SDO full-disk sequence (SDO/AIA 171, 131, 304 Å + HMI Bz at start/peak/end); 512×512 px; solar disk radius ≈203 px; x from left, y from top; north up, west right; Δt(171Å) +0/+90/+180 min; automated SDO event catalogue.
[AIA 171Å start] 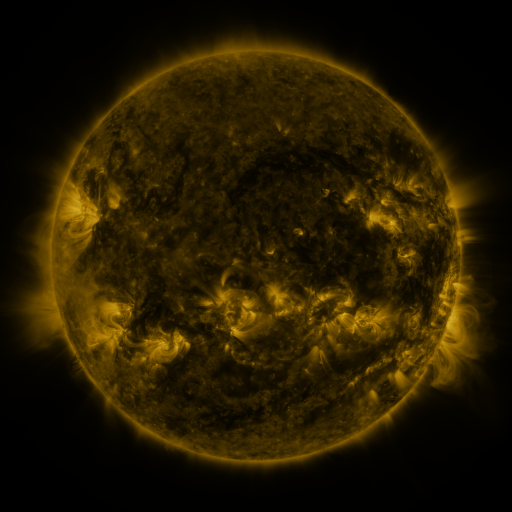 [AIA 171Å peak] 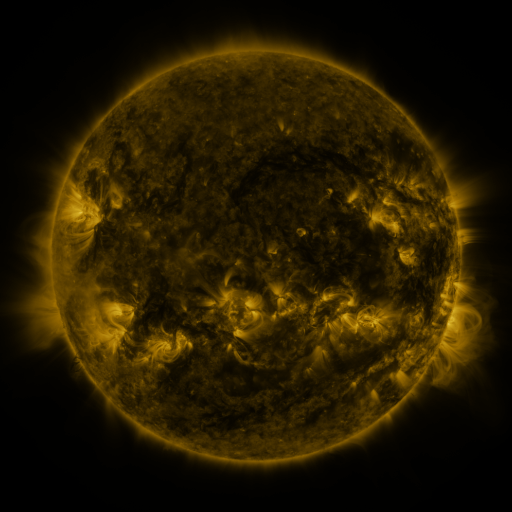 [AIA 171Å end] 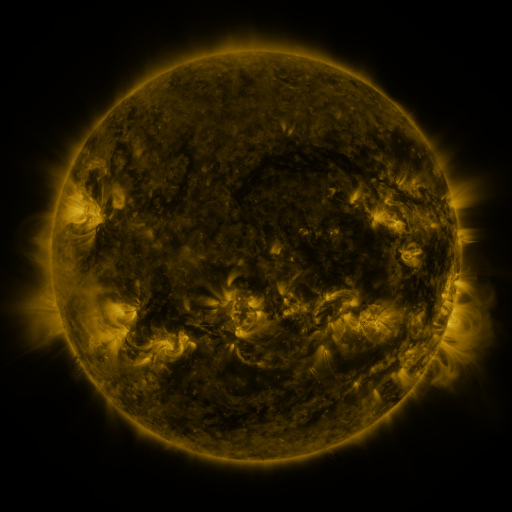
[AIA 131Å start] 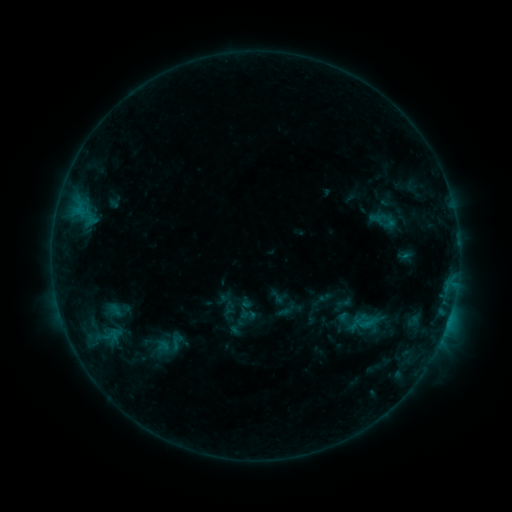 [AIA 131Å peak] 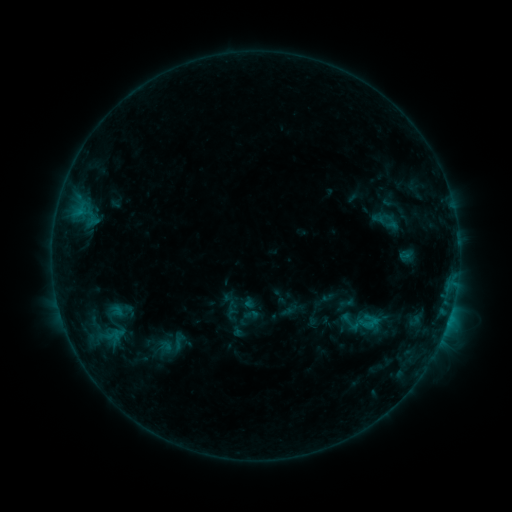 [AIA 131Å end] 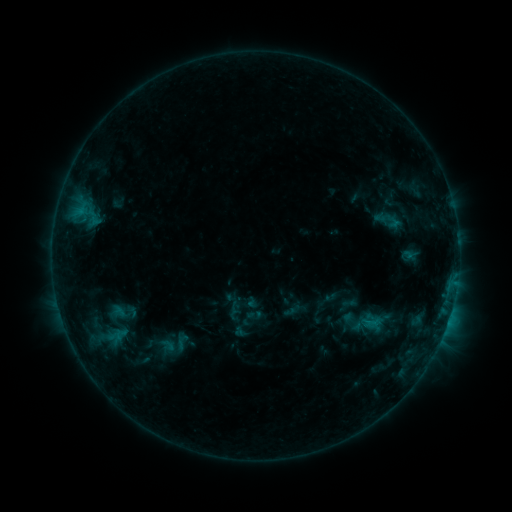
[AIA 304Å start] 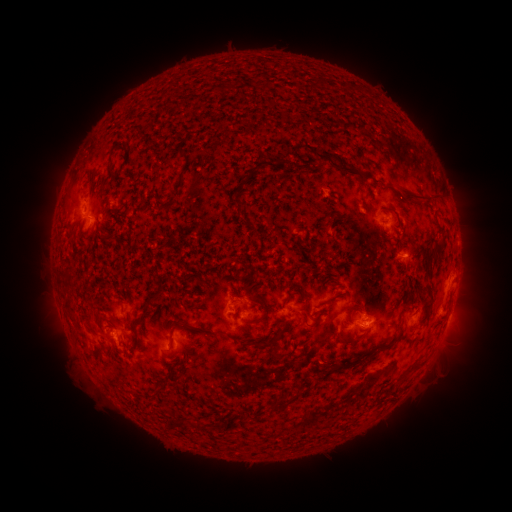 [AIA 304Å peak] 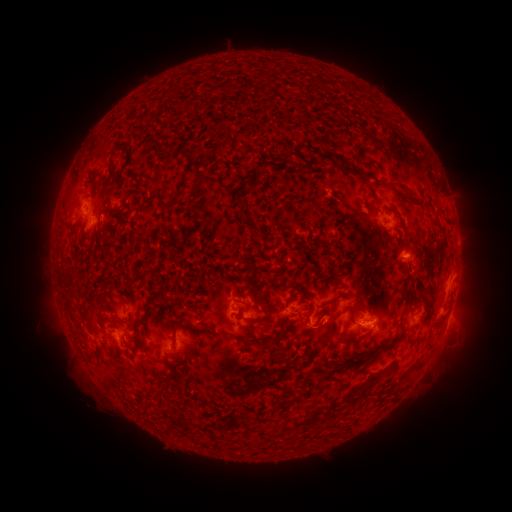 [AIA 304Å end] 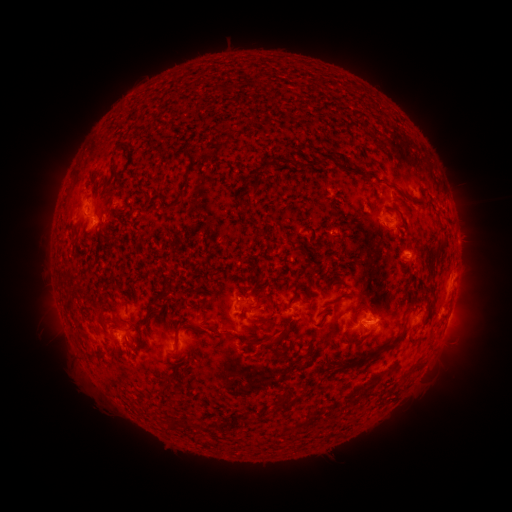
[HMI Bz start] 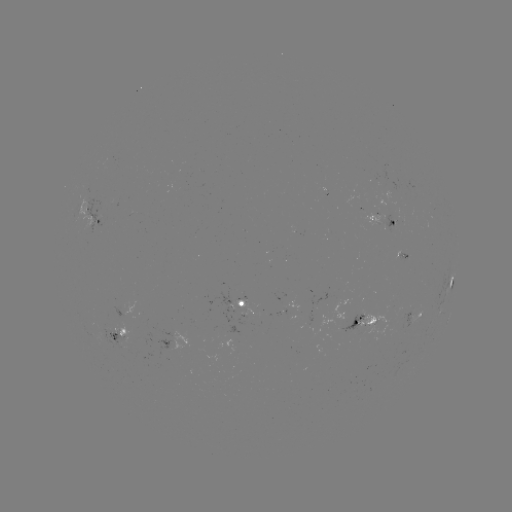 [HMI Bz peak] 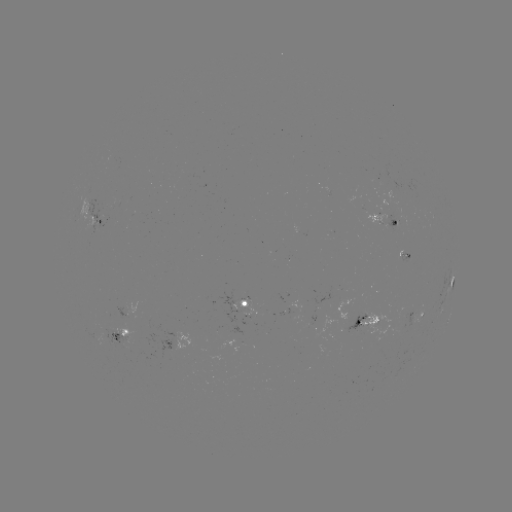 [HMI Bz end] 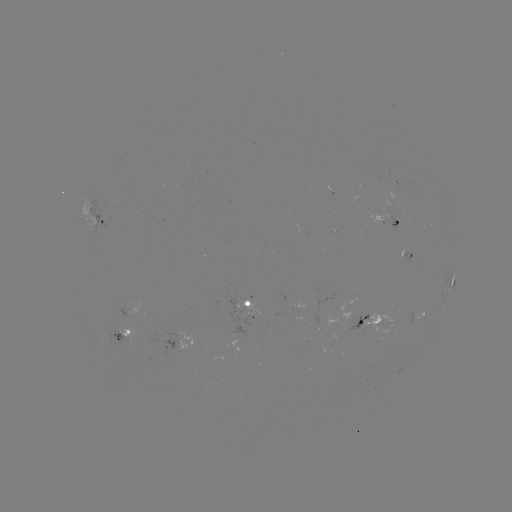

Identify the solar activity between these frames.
filament eruption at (449, 187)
